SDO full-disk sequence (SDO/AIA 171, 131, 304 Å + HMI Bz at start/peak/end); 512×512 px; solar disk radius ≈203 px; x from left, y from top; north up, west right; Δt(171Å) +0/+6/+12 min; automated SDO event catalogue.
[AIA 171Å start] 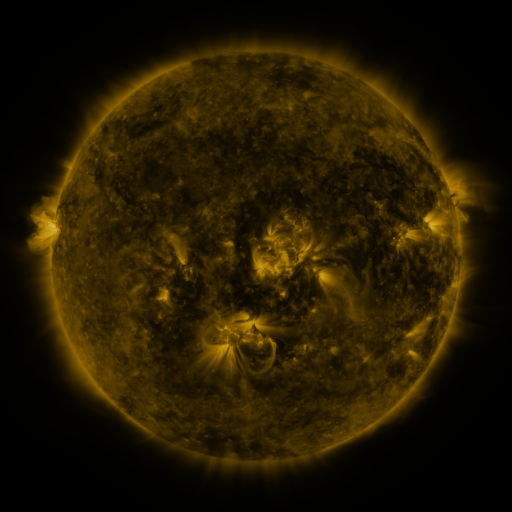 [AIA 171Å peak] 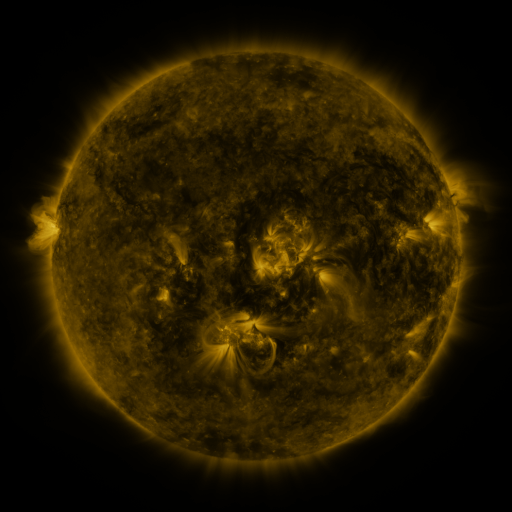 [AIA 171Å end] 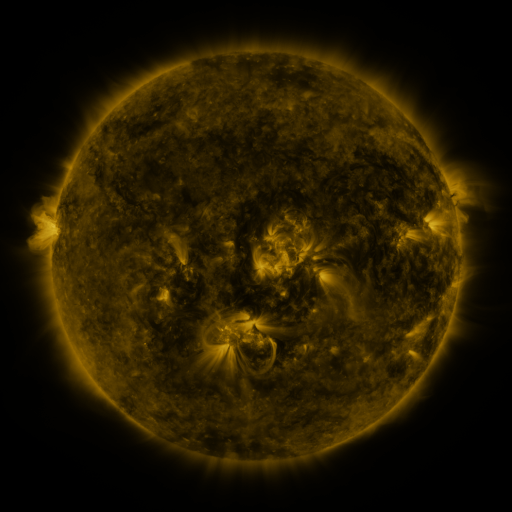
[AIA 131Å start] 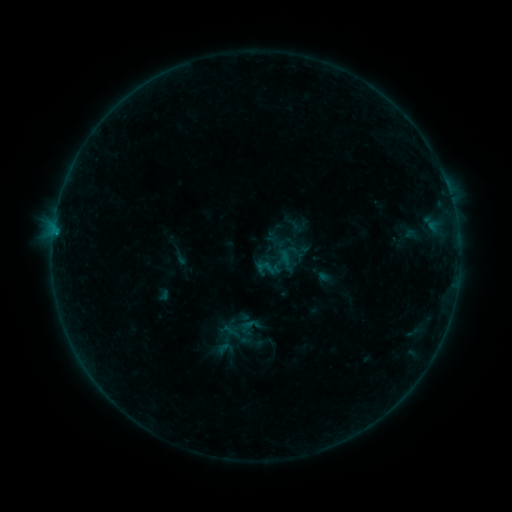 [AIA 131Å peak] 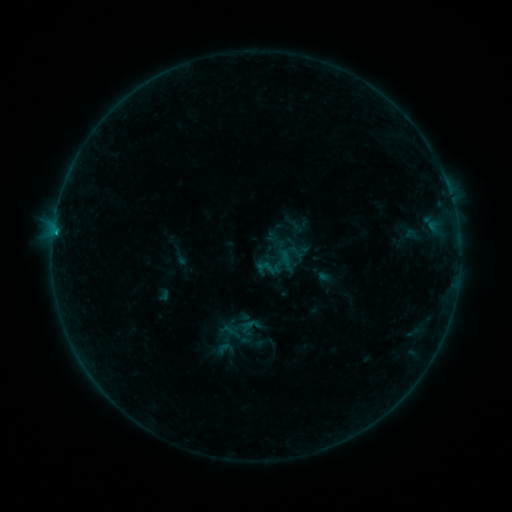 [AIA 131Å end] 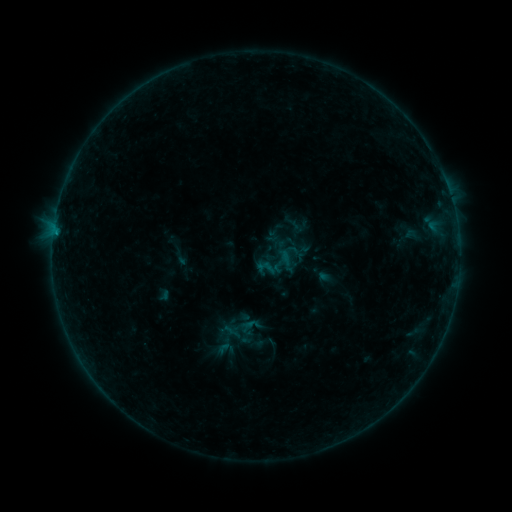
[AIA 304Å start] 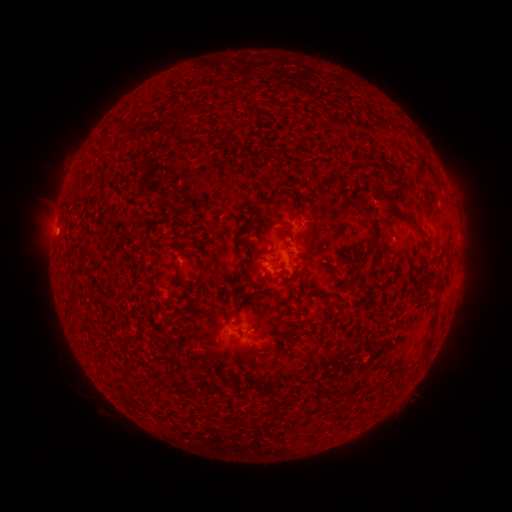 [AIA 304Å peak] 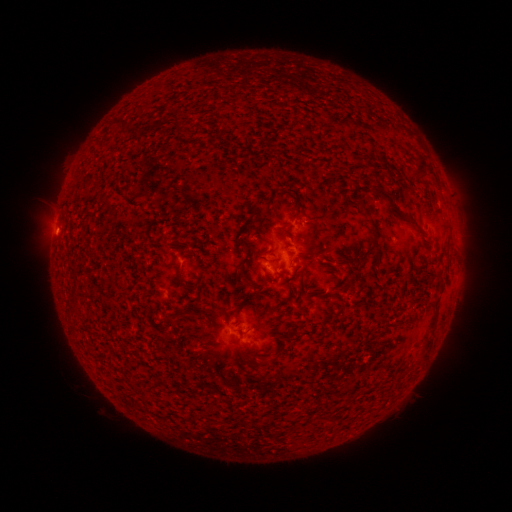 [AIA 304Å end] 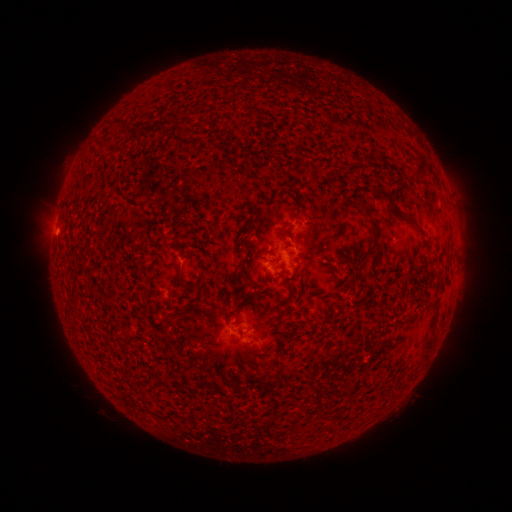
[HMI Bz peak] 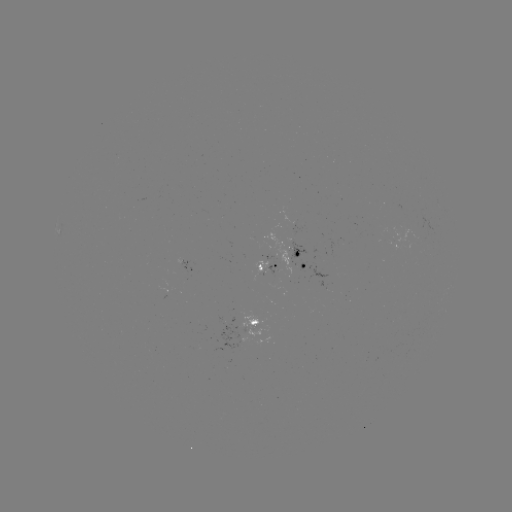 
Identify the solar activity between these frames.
B2.7 flare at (56, 238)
